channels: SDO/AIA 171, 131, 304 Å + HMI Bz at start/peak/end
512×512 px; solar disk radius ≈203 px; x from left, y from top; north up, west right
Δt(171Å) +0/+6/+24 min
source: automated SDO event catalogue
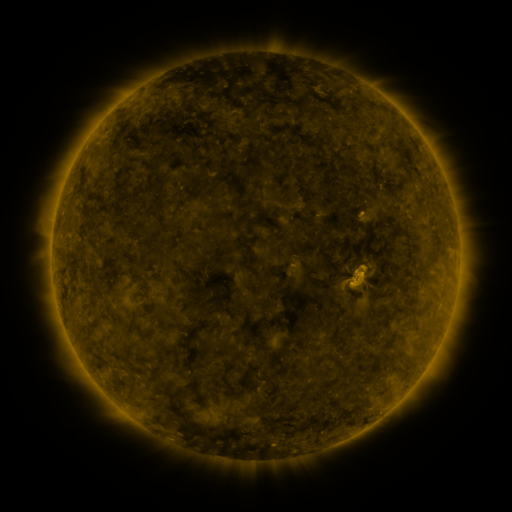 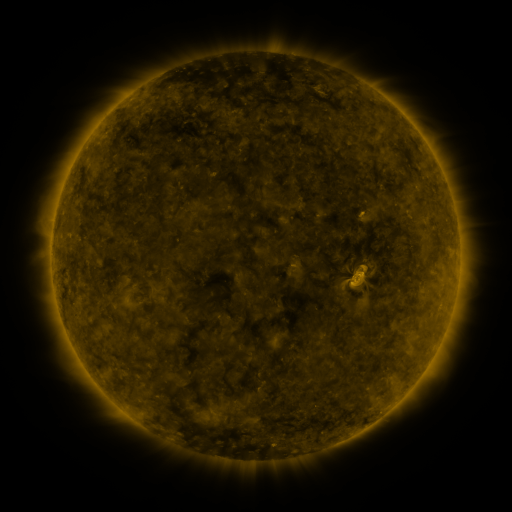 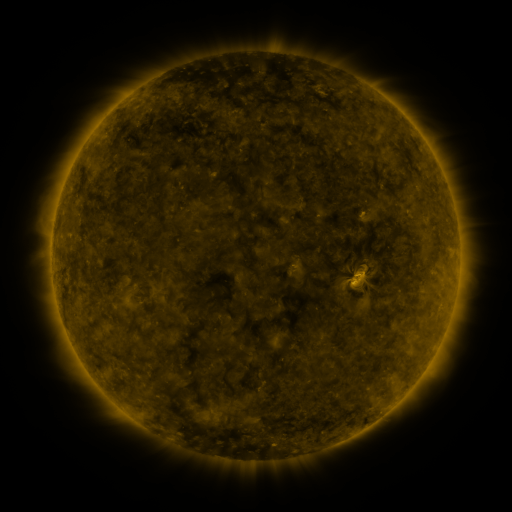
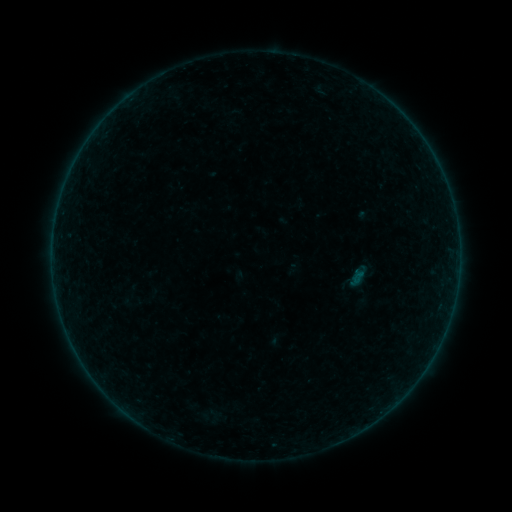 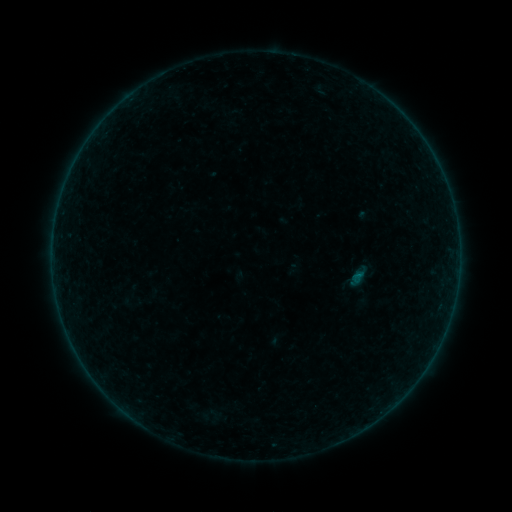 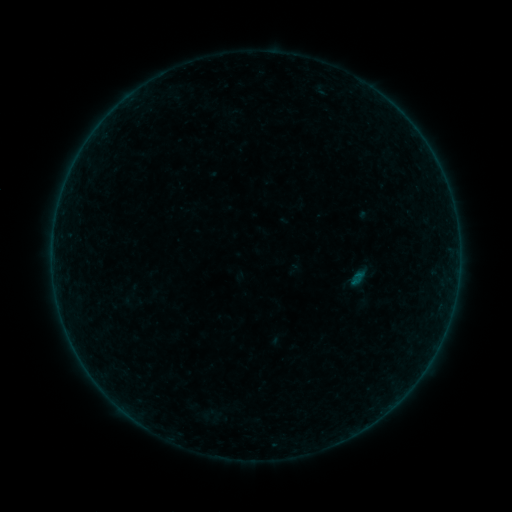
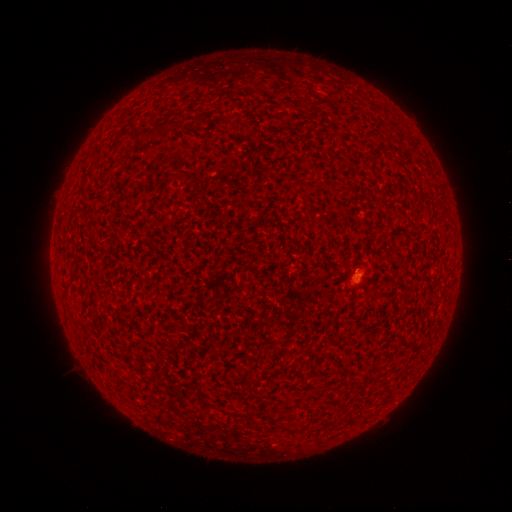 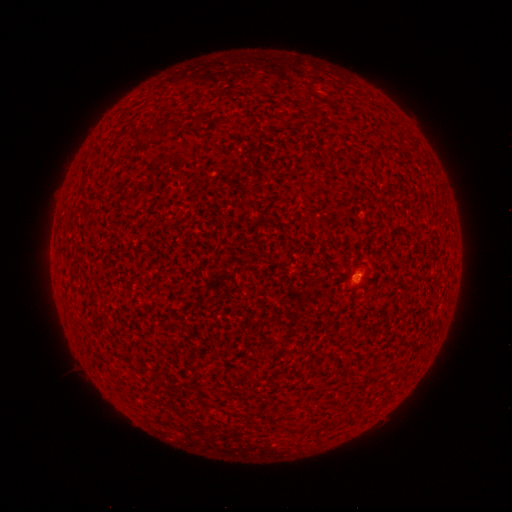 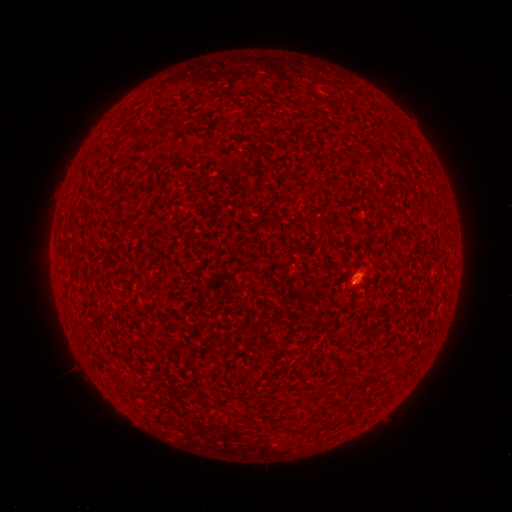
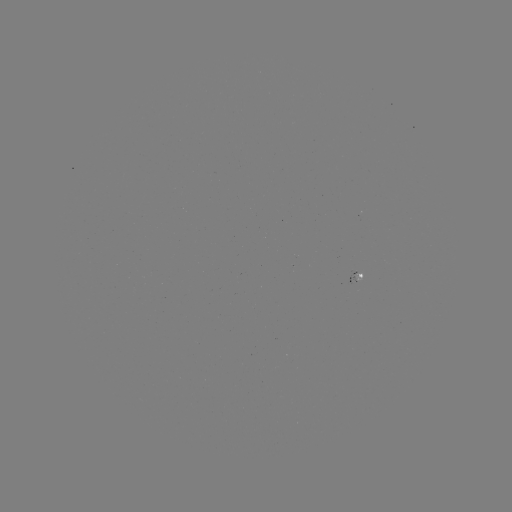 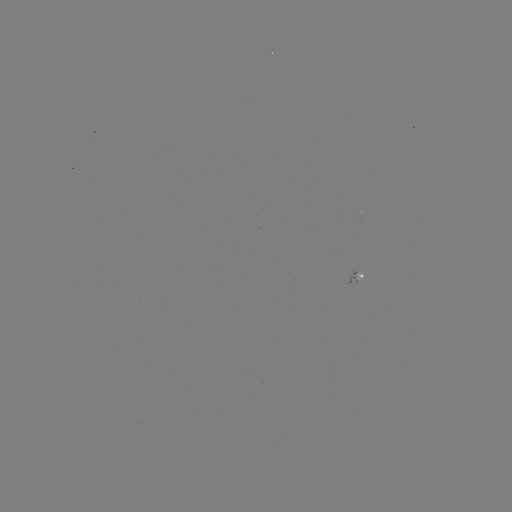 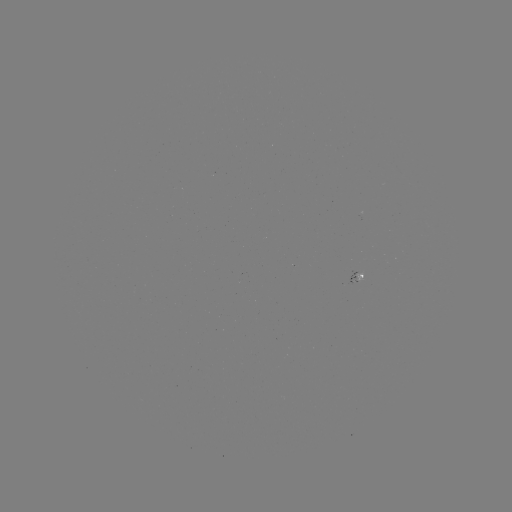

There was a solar flare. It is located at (357, 274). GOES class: A6.0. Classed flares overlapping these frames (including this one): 1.